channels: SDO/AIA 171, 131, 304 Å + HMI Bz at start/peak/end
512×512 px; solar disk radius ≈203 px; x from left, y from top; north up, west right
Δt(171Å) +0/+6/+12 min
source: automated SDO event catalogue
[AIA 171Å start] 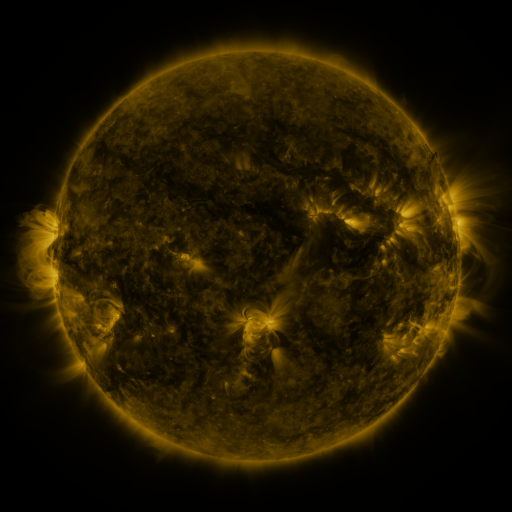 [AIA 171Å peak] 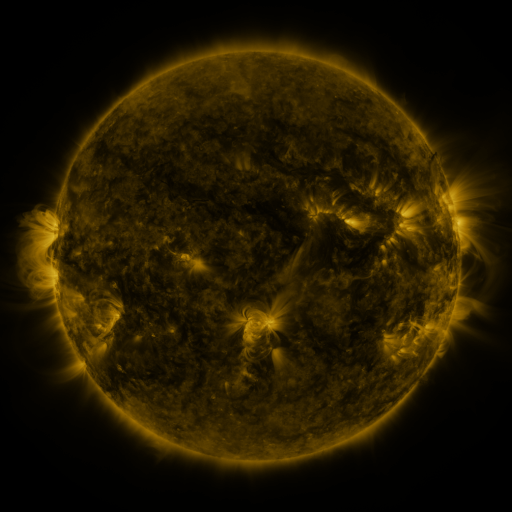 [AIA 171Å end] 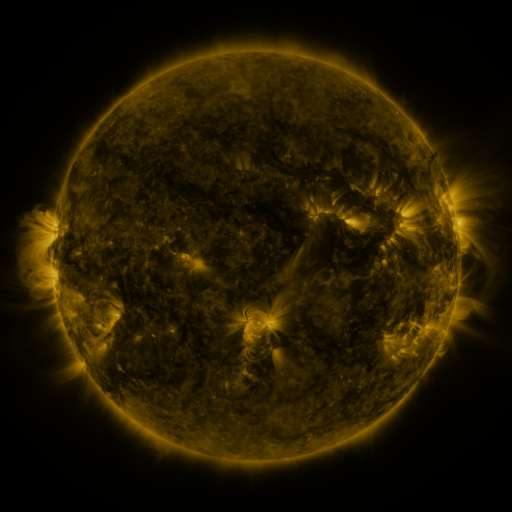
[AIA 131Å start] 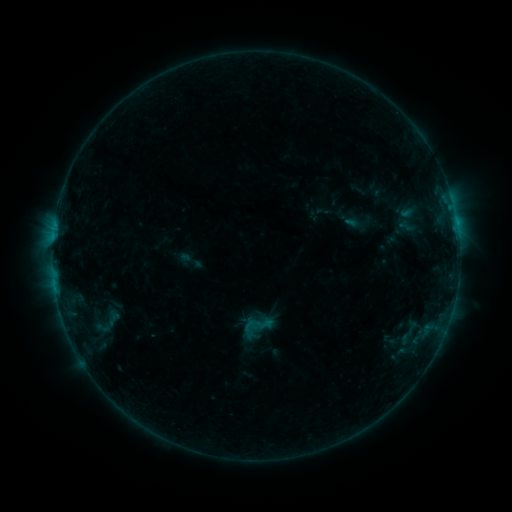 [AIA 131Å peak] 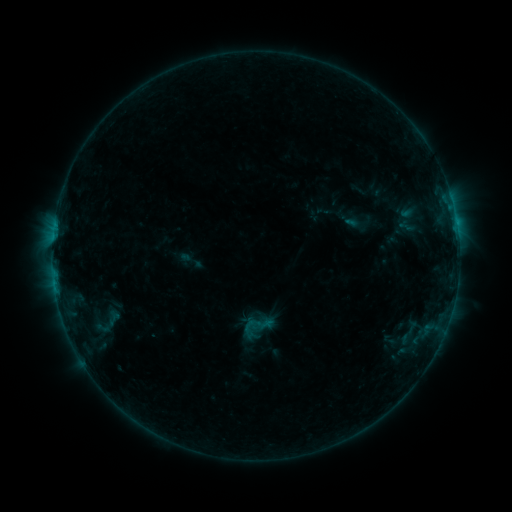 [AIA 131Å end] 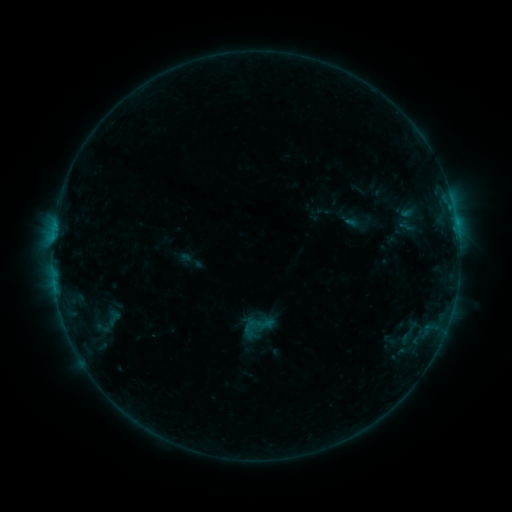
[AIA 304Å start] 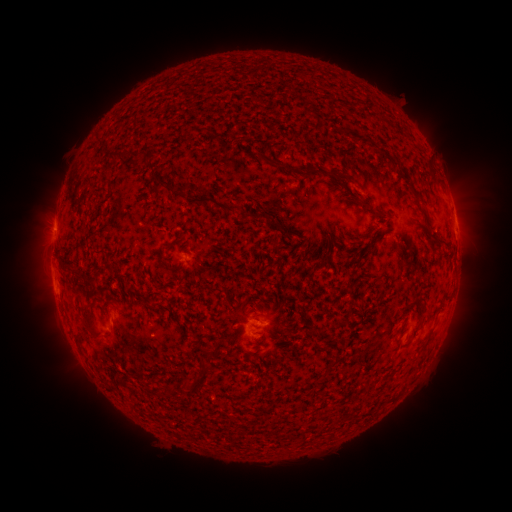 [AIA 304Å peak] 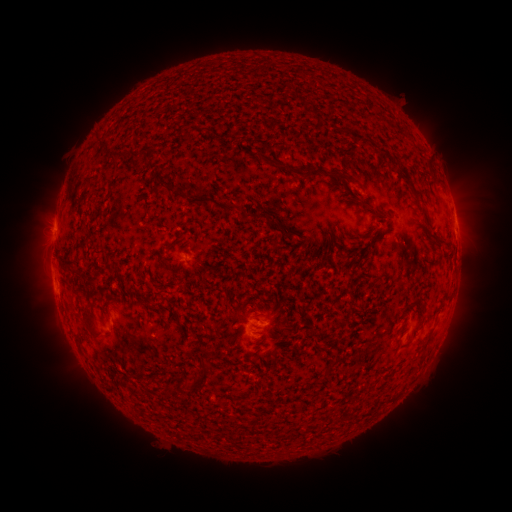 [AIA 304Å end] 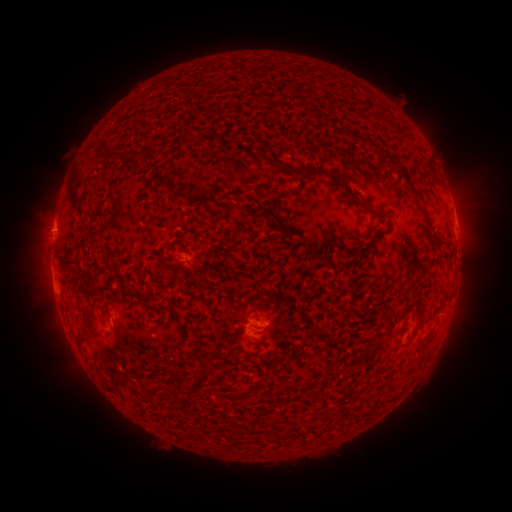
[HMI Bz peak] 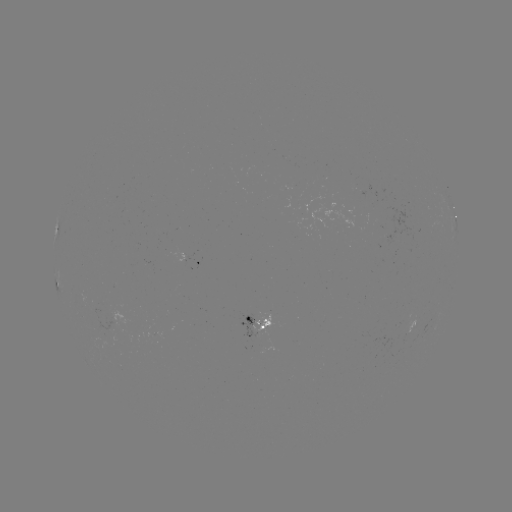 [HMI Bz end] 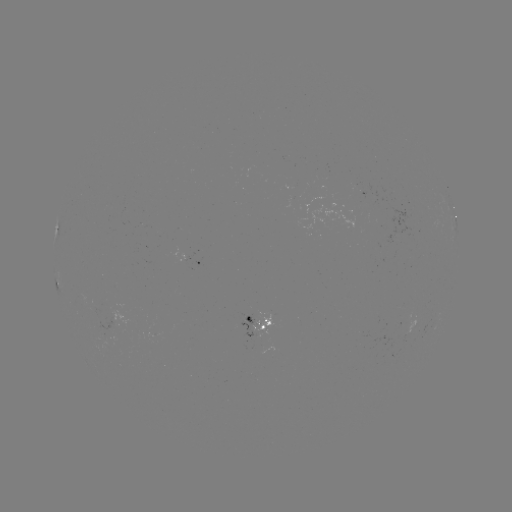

nothing was catalogued: no classed flare, no EUV trigger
